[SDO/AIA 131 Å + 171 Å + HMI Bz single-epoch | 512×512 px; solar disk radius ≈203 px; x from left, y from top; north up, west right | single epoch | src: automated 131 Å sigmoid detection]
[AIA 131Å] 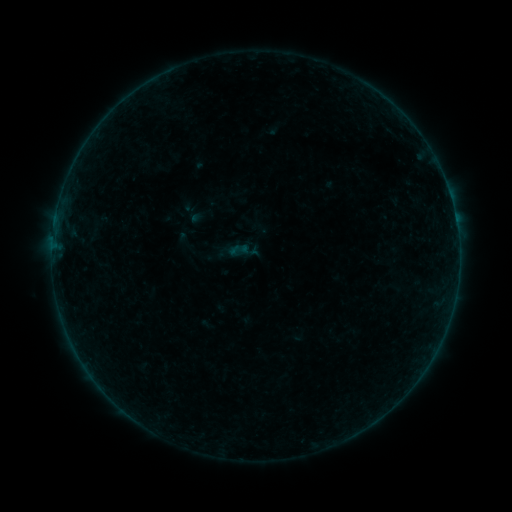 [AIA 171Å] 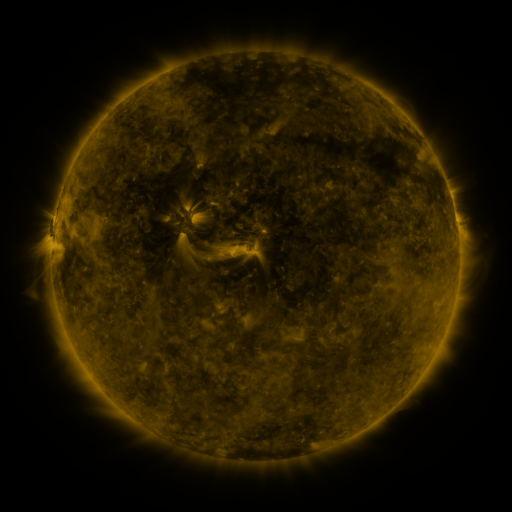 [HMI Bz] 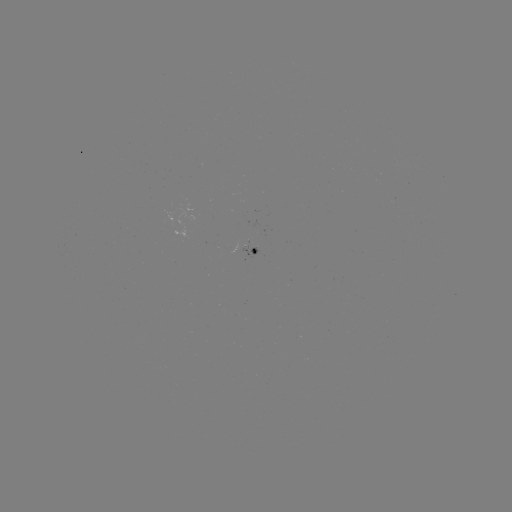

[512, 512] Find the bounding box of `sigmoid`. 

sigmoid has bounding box [229, 239, 250, 260].